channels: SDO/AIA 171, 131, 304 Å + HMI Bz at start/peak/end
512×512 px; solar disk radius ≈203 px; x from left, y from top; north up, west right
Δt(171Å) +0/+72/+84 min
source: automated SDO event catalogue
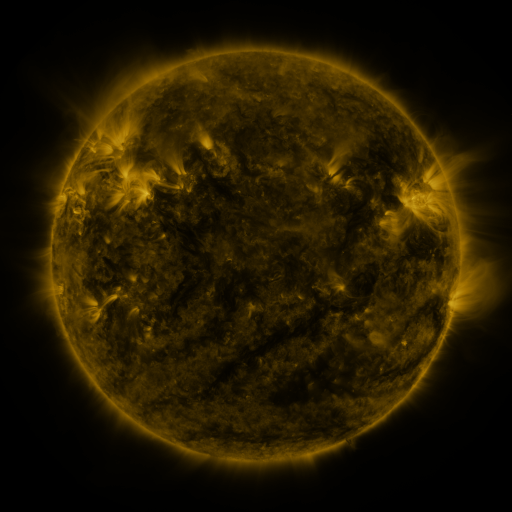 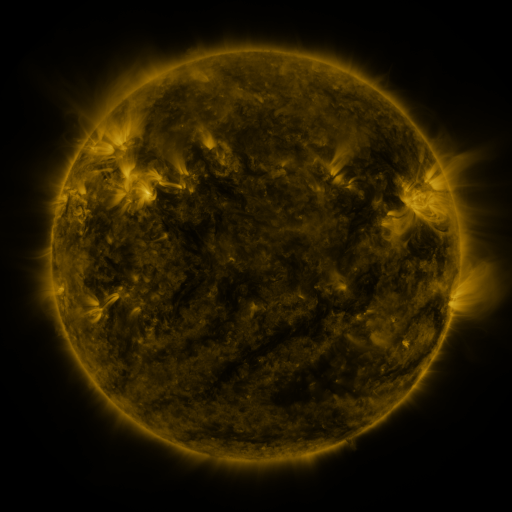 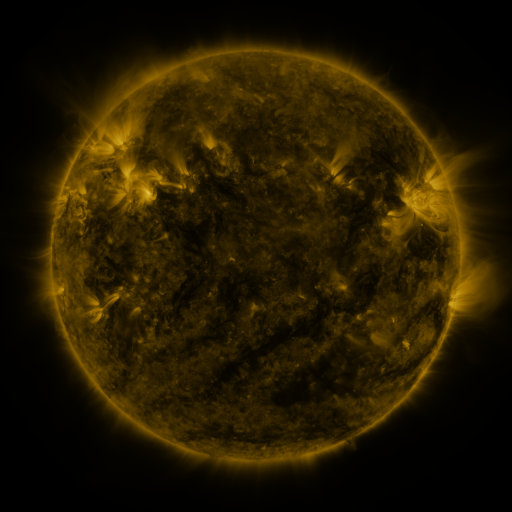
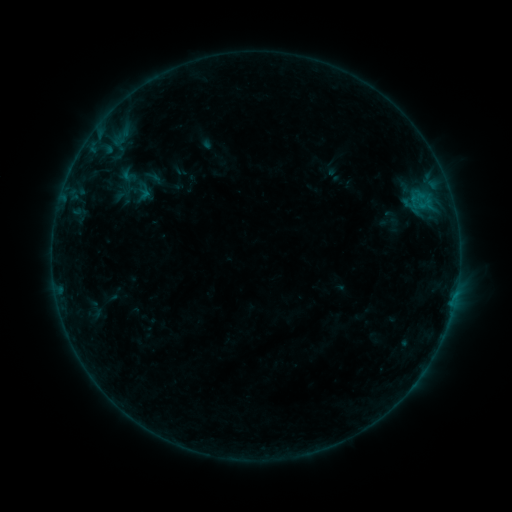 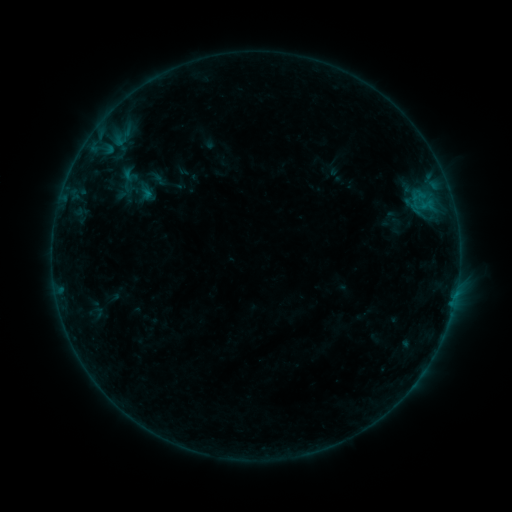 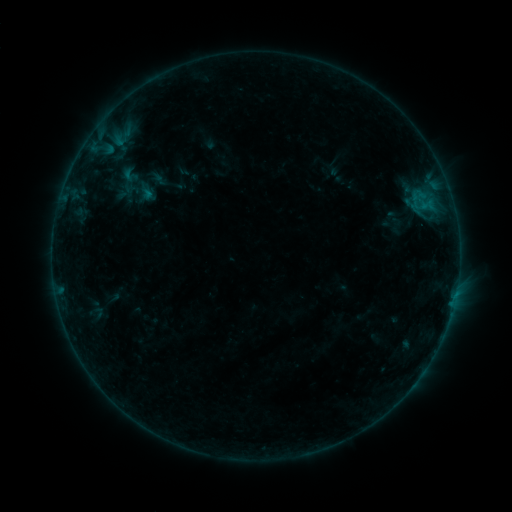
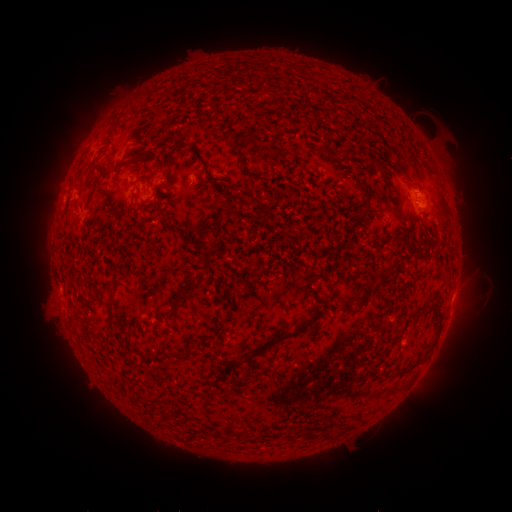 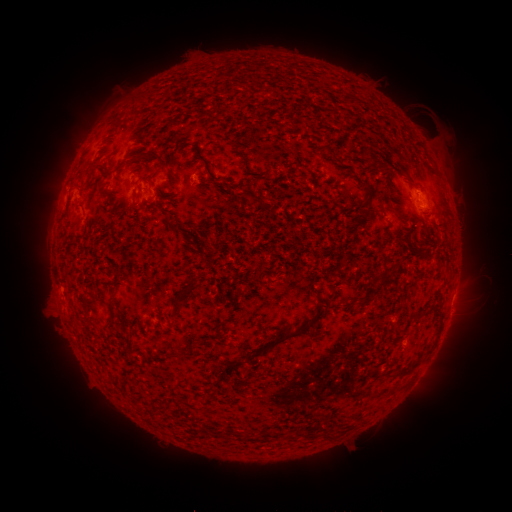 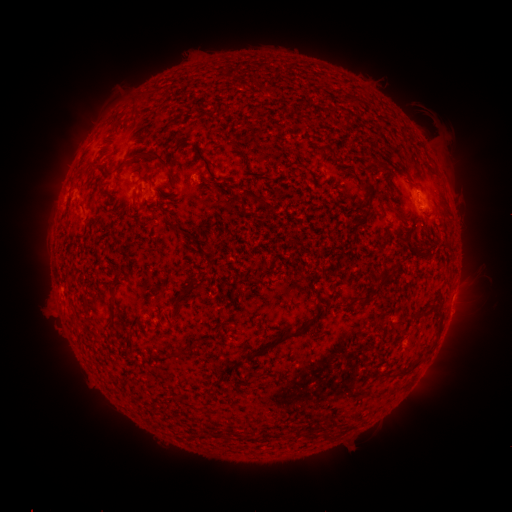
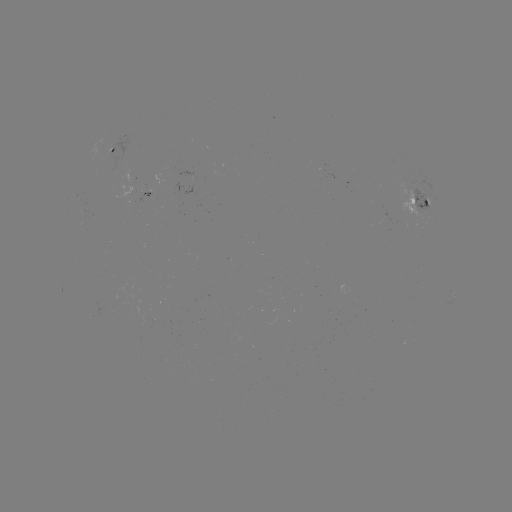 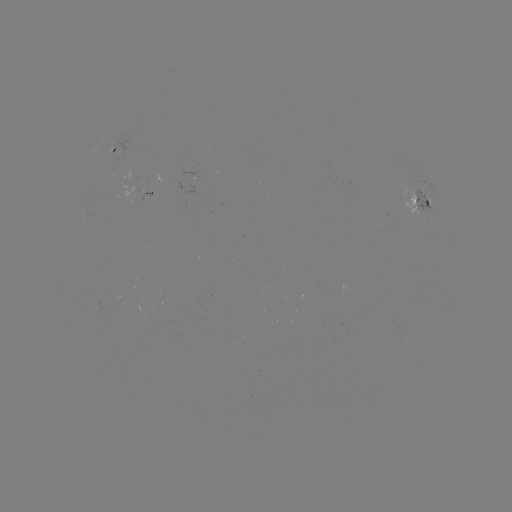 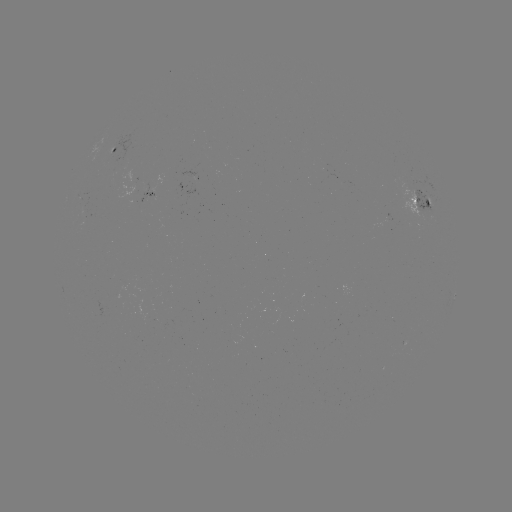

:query emerging-flux region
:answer [148, 193]